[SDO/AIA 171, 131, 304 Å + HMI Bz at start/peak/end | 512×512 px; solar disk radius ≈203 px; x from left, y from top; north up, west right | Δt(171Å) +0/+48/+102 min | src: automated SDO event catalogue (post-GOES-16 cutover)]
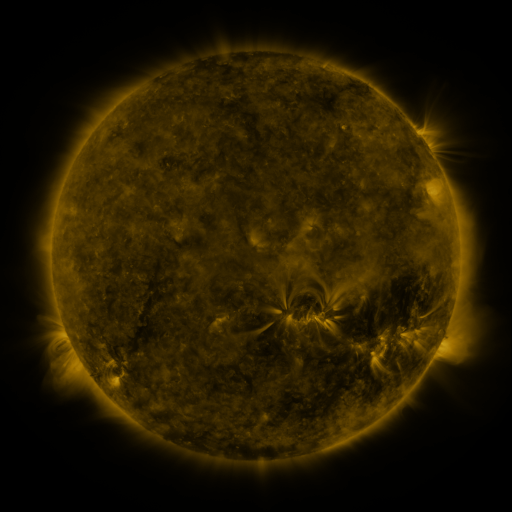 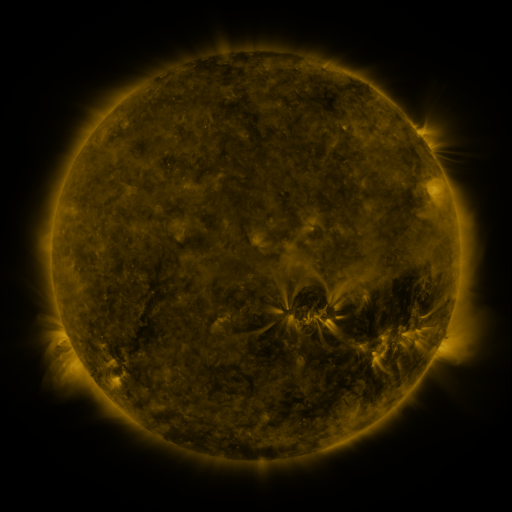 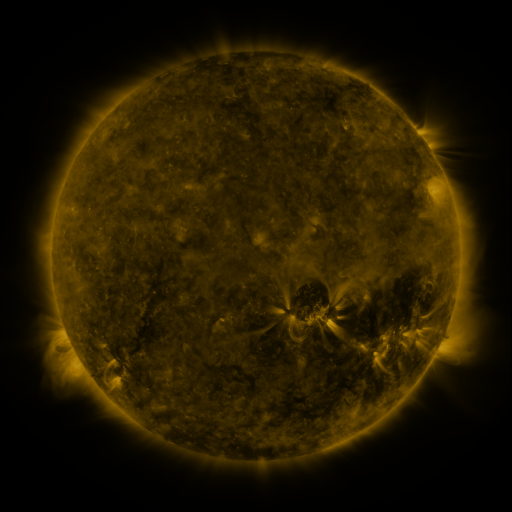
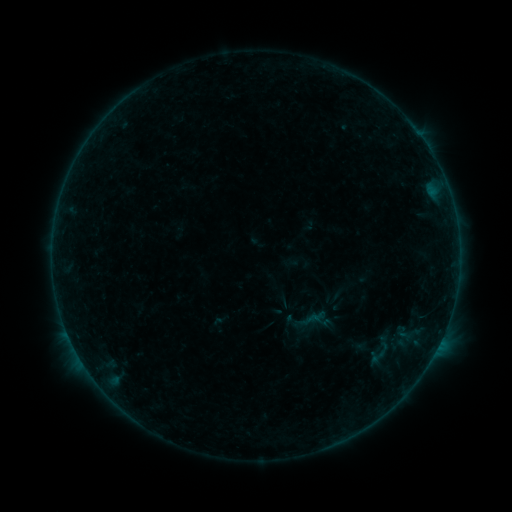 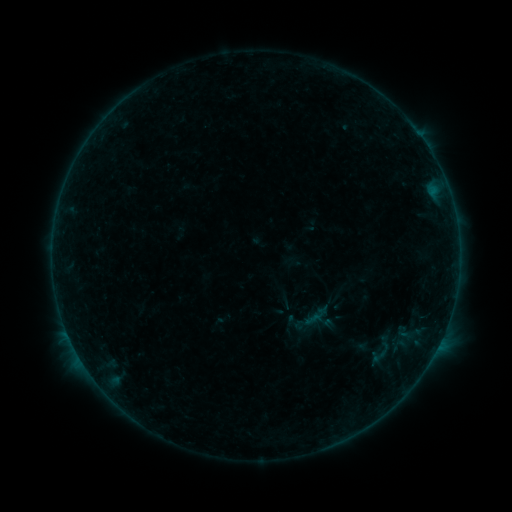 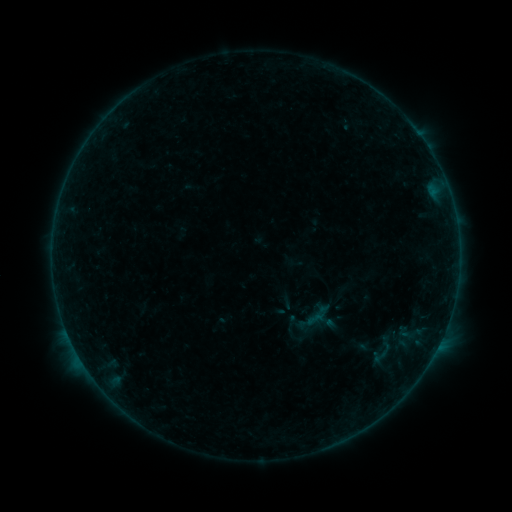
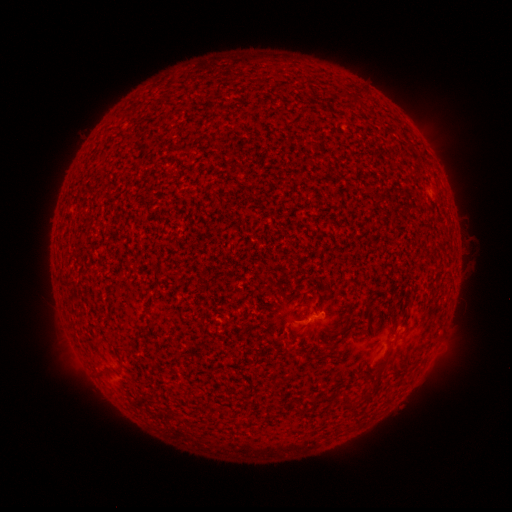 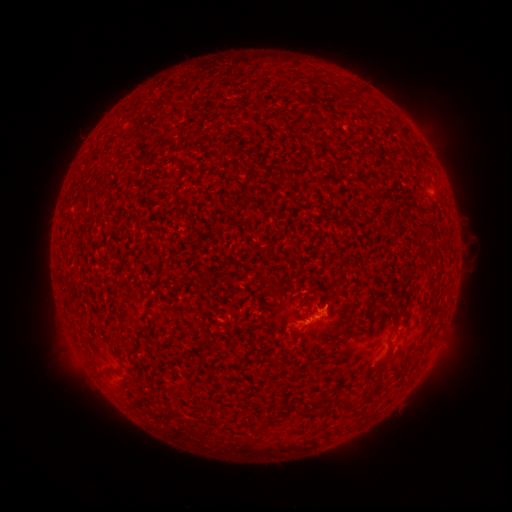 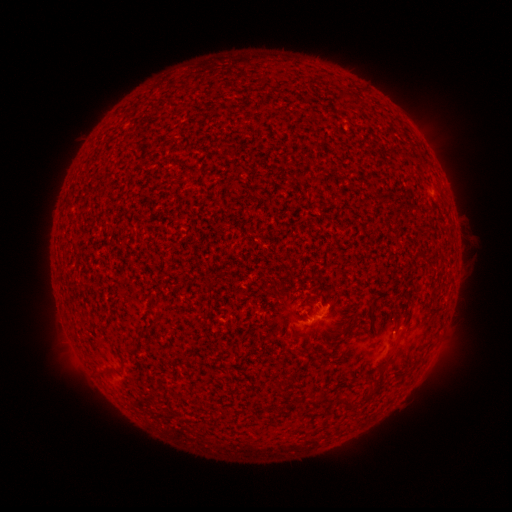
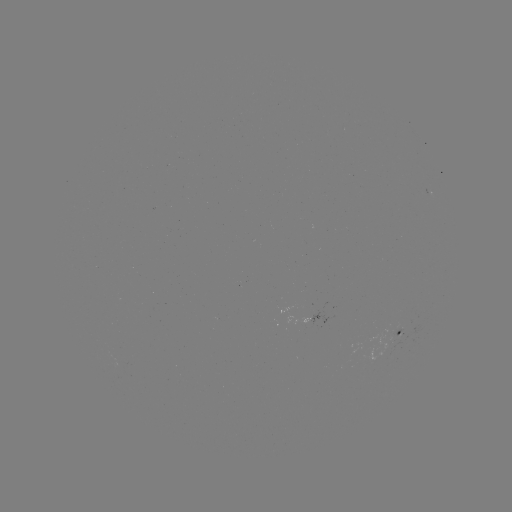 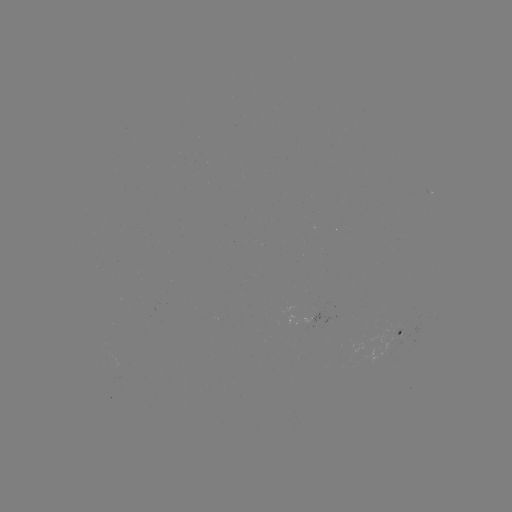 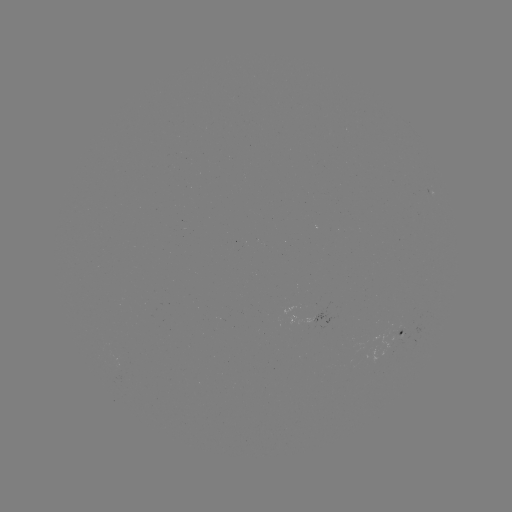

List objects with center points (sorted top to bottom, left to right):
B2.7 flare: (312, 317)
